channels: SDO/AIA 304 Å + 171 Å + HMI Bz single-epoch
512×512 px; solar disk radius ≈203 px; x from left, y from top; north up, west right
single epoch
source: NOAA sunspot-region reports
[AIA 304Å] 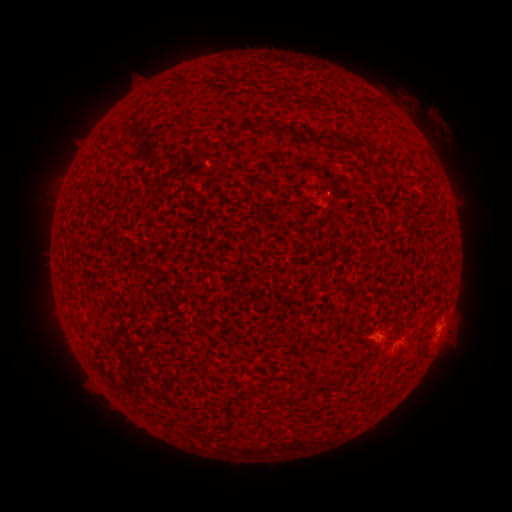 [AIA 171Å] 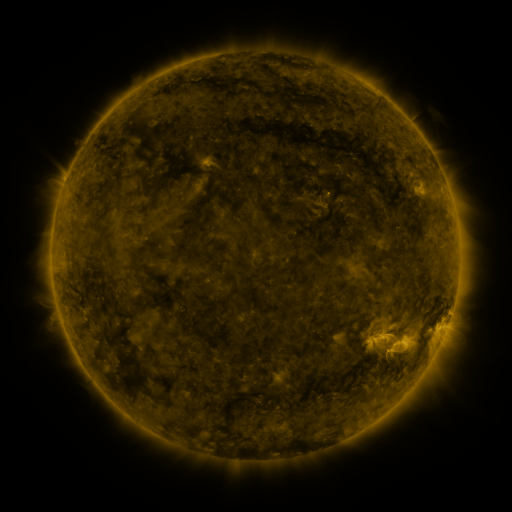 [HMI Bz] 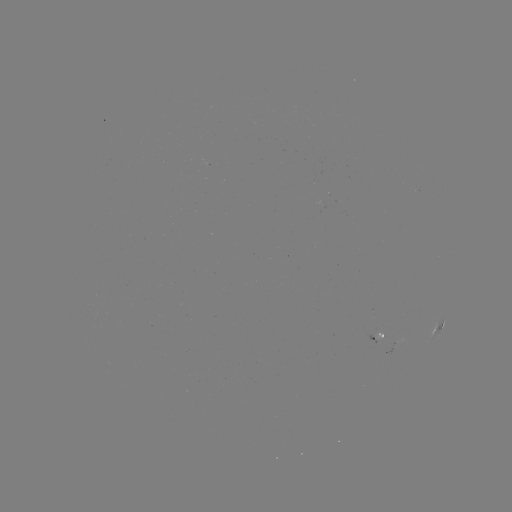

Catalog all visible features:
spotted active region: (436, 332)
spotted active region: (372, 343)
spotted active region: (406, 346)
